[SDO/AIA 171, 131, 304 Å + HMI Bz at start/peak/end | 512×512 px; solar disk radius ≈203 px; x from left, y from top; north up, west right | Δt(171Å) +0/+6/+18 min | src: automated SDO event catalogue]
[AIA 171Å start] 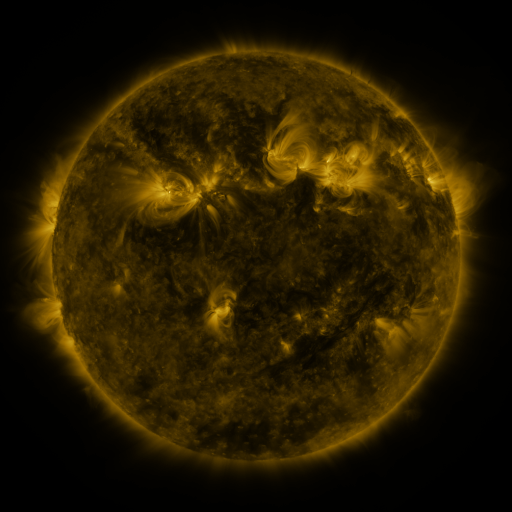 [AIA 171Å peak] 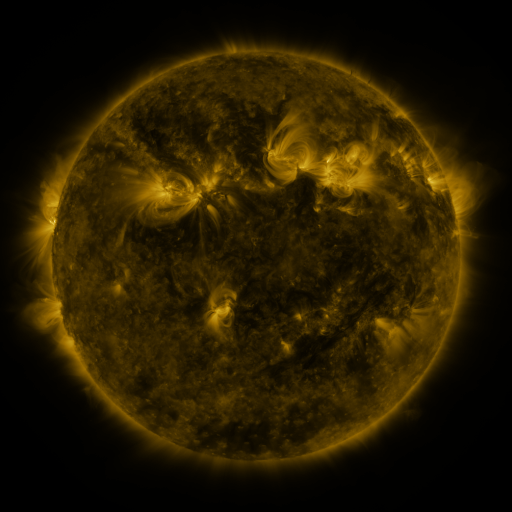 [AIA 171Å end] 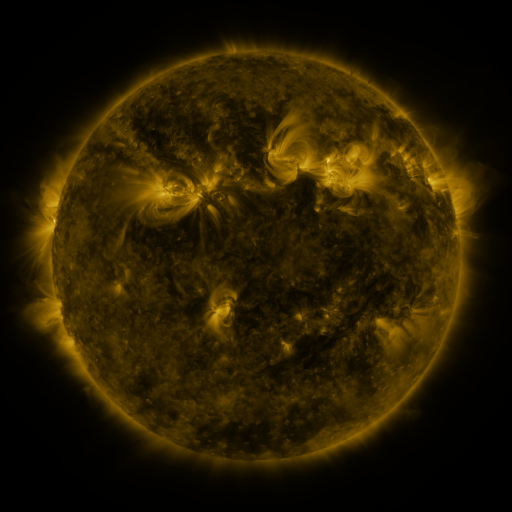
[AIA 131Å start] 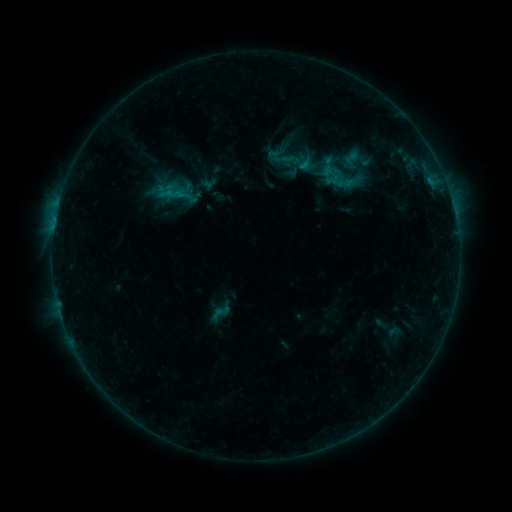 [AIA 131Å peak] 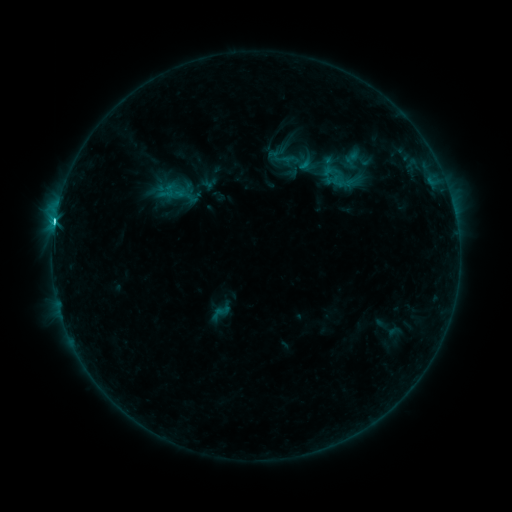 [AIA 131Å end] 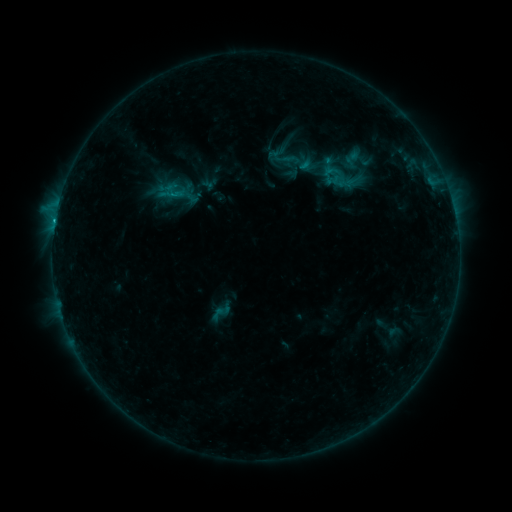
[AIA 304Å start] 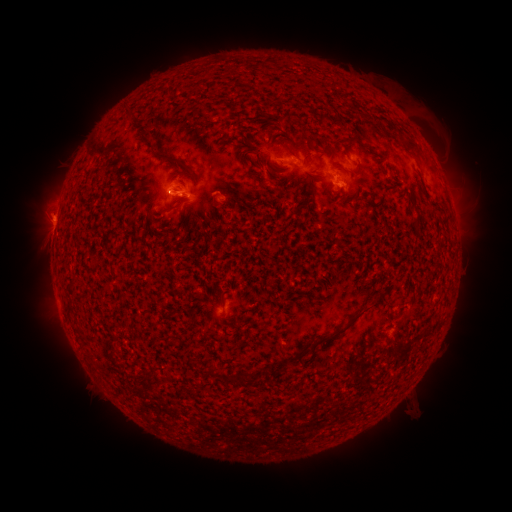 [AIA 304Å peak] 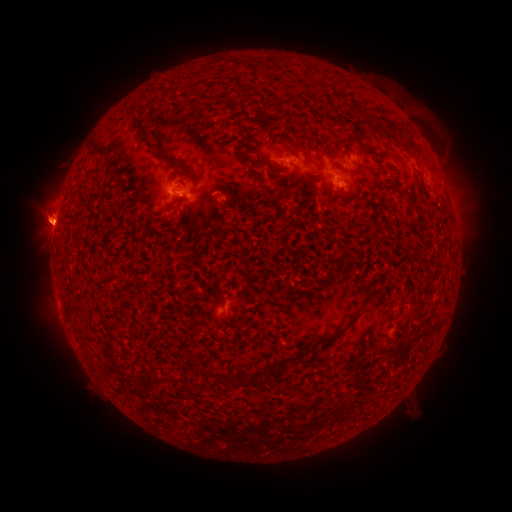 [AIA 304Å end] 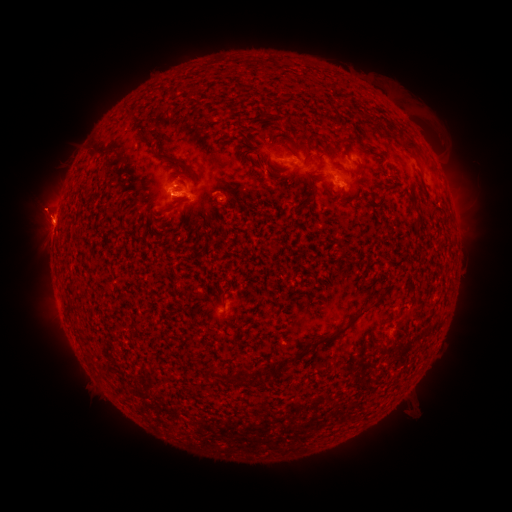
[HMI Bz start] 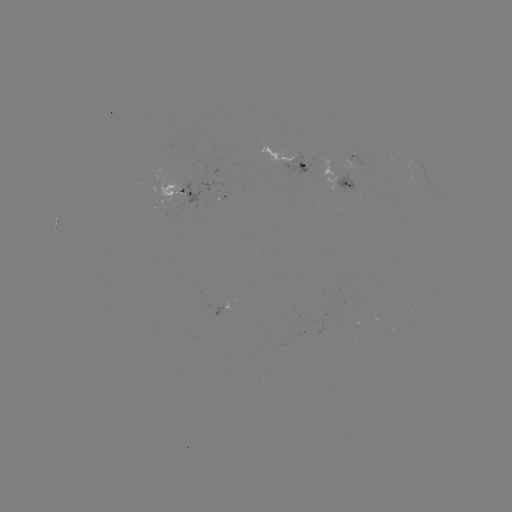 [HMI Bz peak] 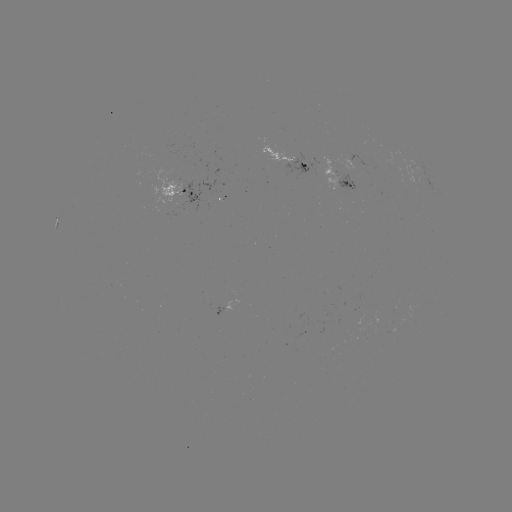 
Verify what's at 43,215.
eruption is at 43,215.